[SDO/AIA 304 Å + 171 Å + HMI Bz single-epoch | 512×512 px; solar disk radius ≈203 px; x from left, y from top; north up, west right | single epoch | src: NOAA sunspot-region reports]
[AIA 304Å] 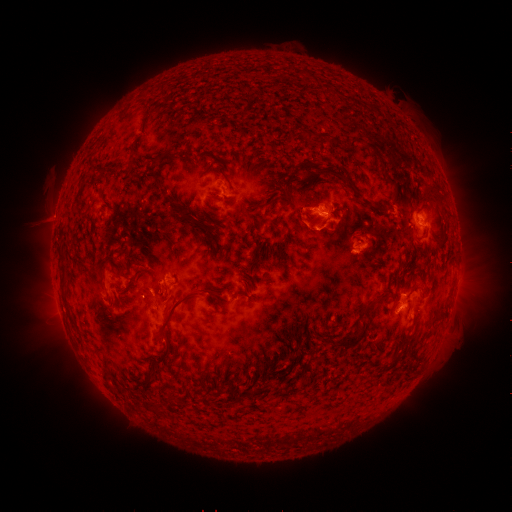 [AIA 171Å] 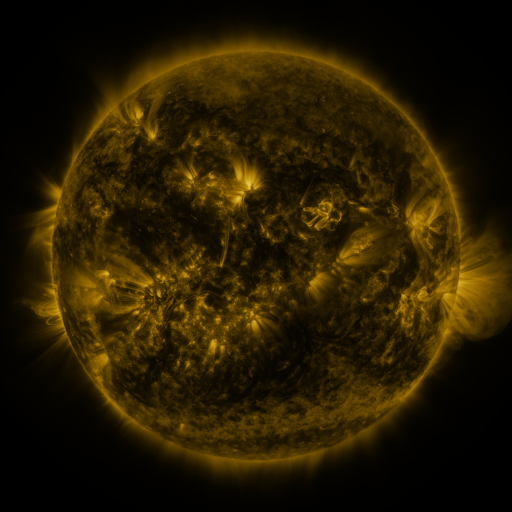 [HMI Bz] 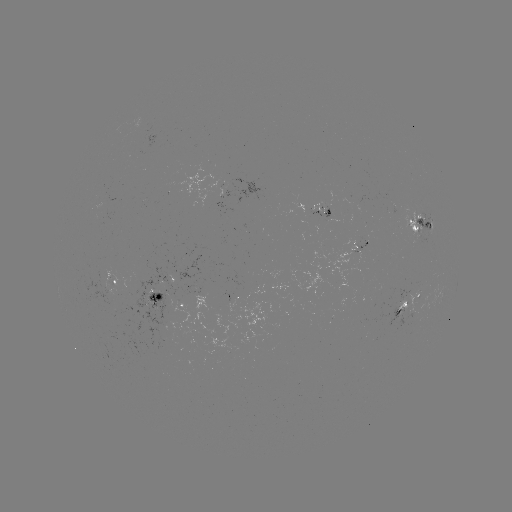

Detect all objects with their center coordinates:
spotted active region: (215, 185)
spotted active region: (314, 210)
spotted active region: (421, 222)
spotted active region: (361, 246)
spotted active region: (114, 284)
spotted active region: (170, 299)
spotted active region: (417, 300)
